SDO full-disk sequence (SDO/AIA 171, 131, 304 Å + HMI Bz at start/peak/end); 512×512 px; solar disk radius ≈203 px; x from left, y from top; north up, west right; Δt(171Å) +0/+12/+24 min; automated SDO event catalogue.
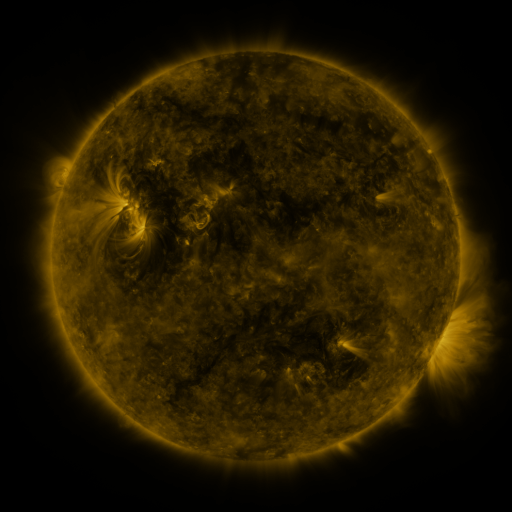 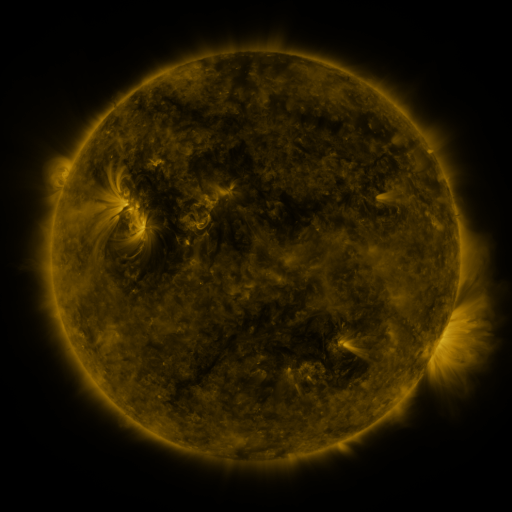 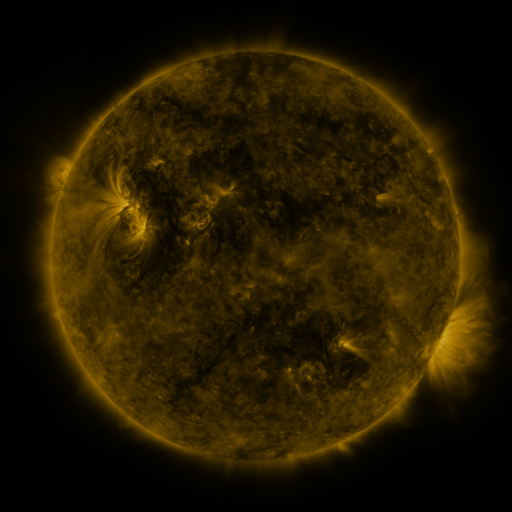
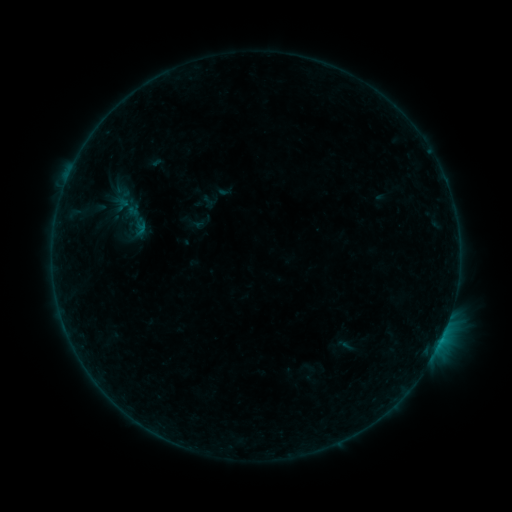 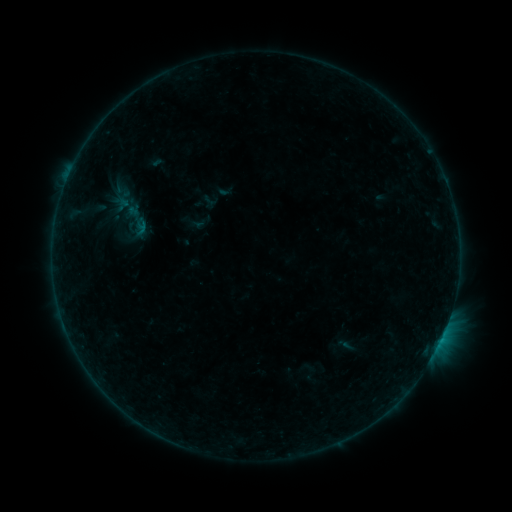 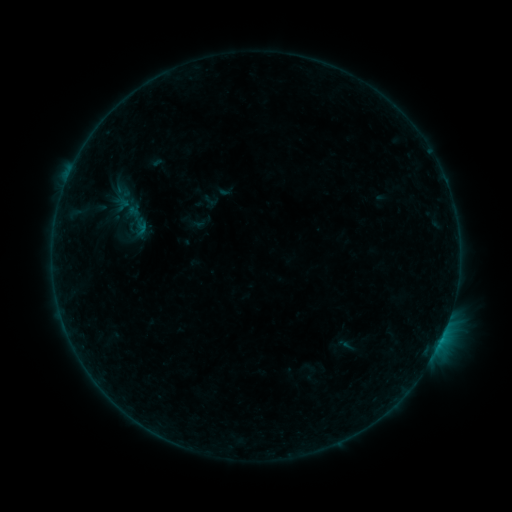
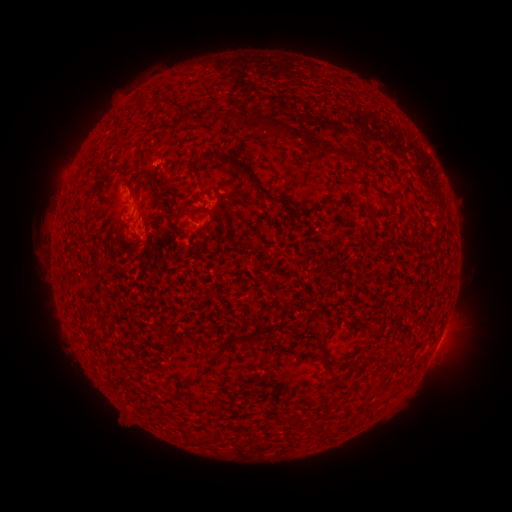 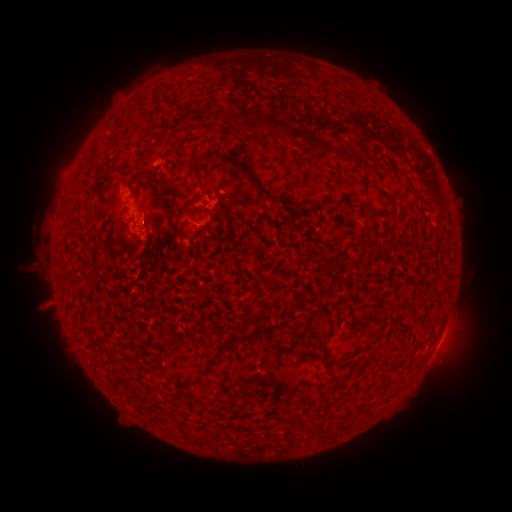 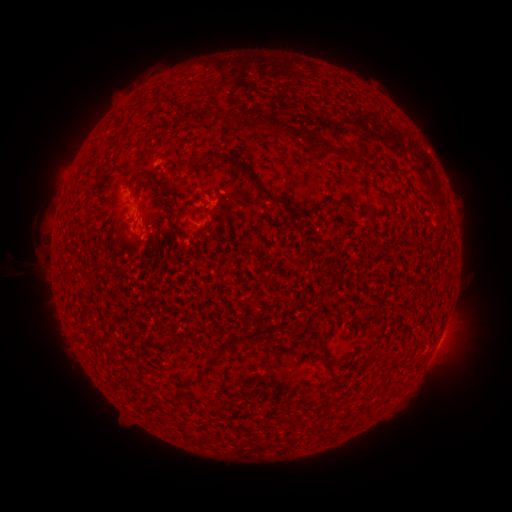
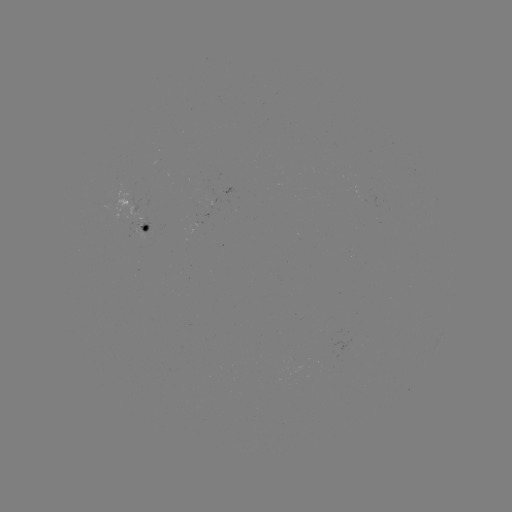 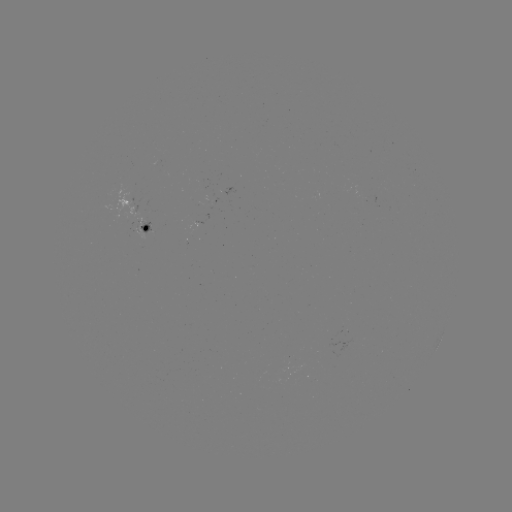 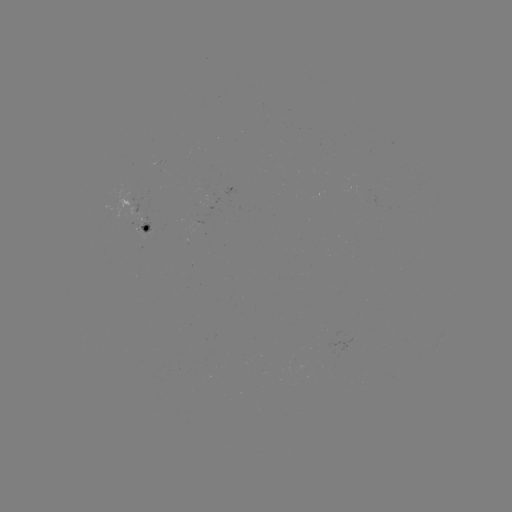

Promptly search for eruption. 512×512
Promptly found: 27,276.